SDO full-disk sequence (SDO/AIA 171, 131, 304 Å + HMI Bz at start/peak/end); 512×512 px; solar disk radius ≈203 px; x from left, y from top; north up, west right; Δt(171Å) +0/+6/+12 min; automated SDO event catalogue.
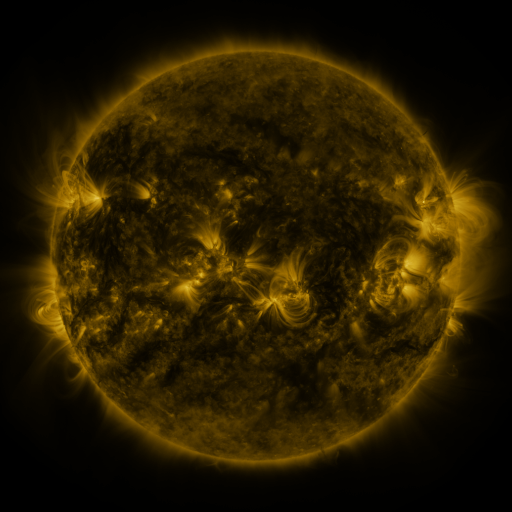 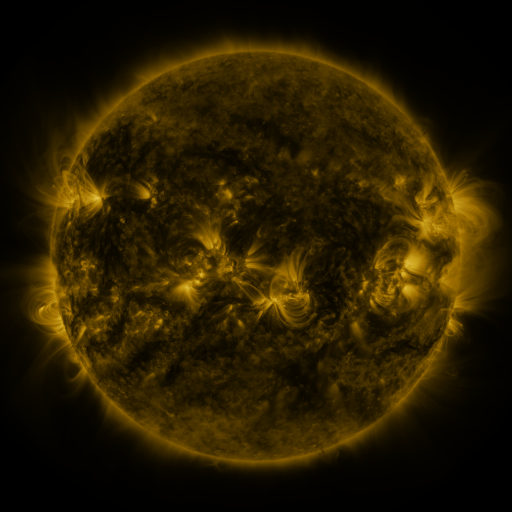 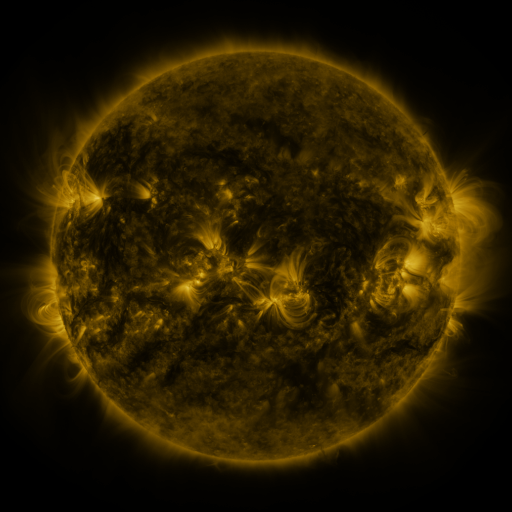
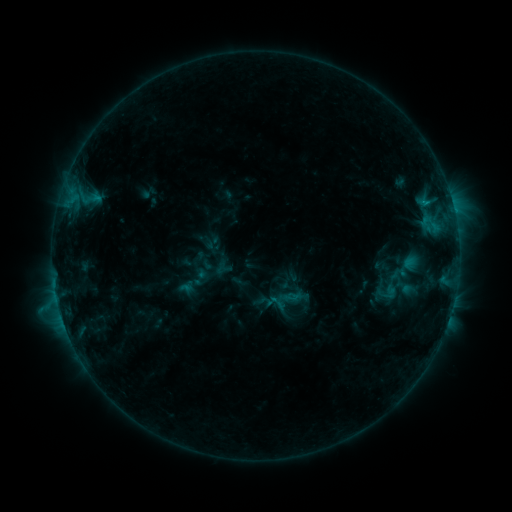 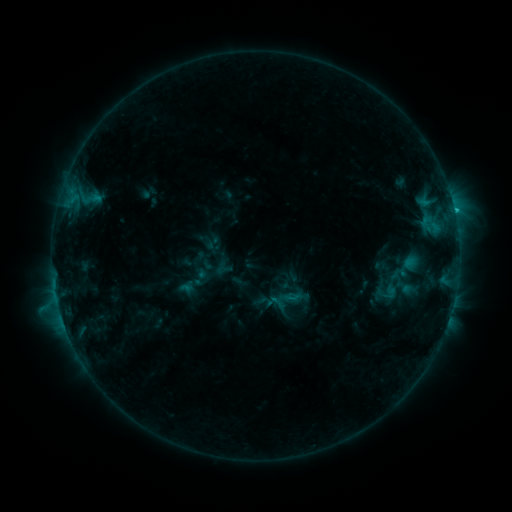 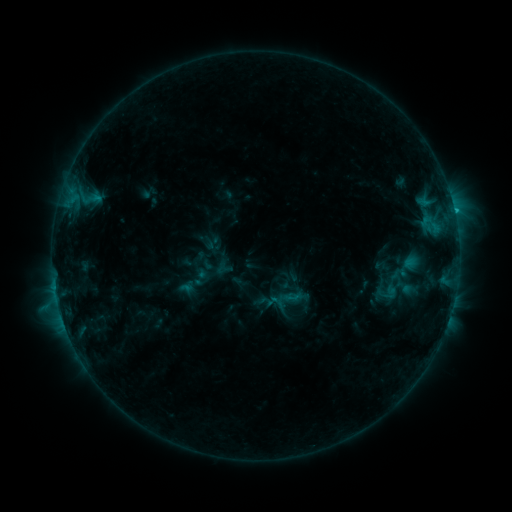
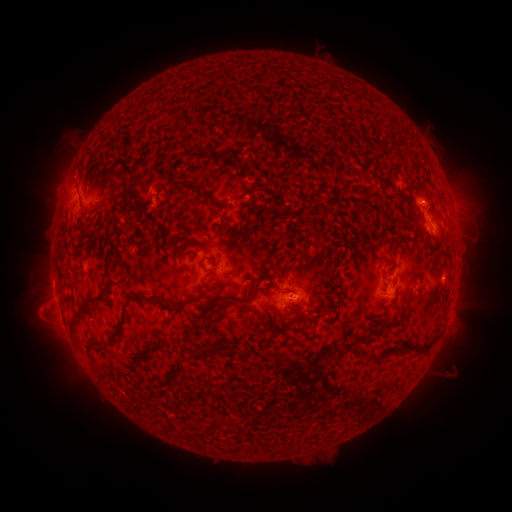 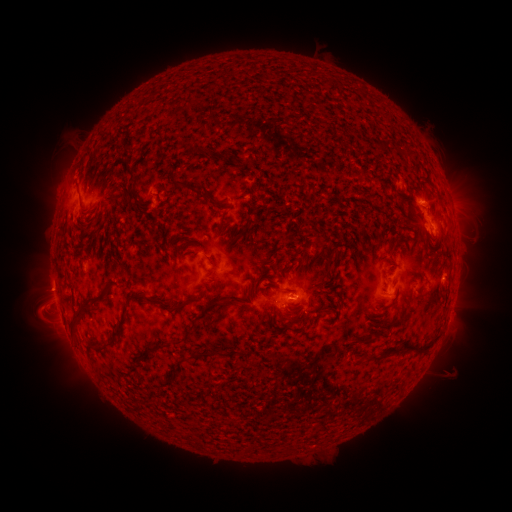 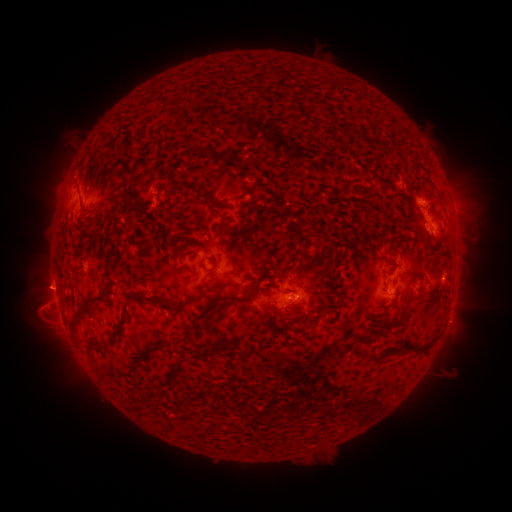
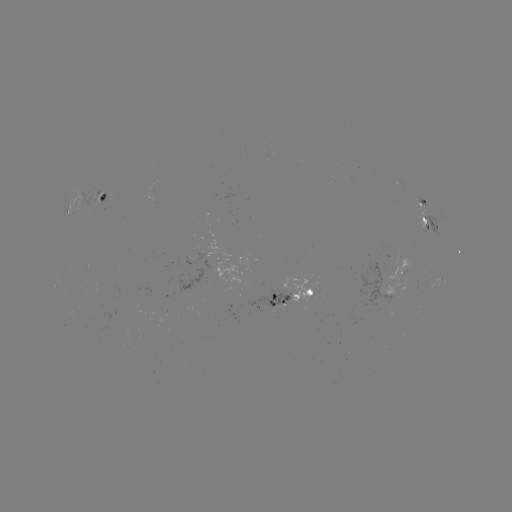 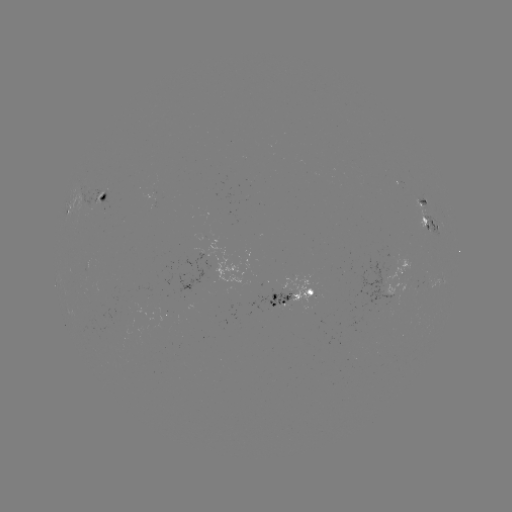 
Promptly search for eruption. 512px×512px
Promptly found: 45,286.